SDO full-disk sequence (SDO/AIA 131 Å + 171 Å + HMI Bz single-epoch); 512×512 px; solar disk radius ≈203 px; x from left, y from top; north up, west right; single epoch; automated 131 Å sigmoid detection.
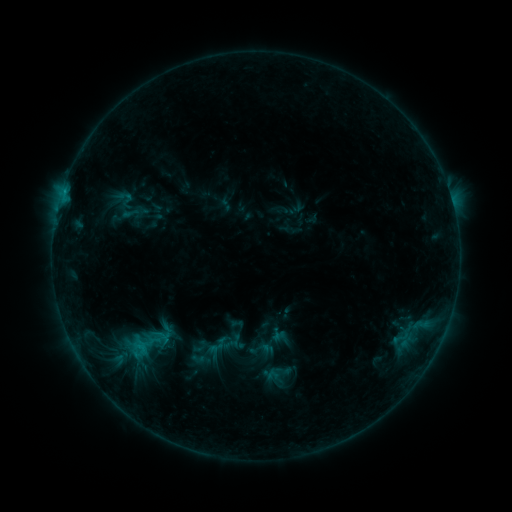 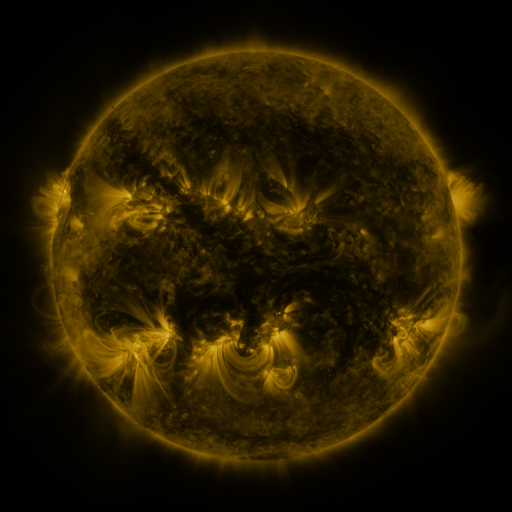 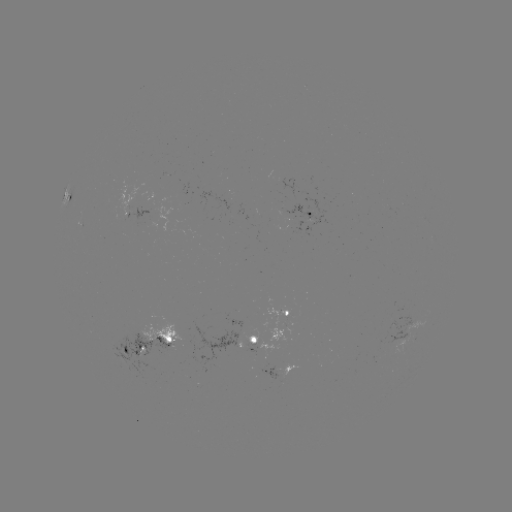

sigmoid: <bbox>114, 187, 136, 212</bbox>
